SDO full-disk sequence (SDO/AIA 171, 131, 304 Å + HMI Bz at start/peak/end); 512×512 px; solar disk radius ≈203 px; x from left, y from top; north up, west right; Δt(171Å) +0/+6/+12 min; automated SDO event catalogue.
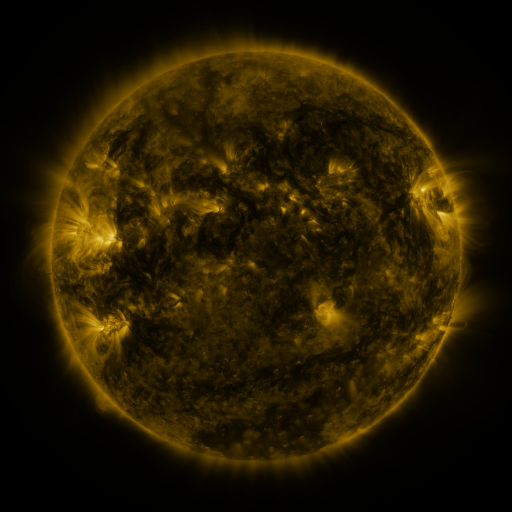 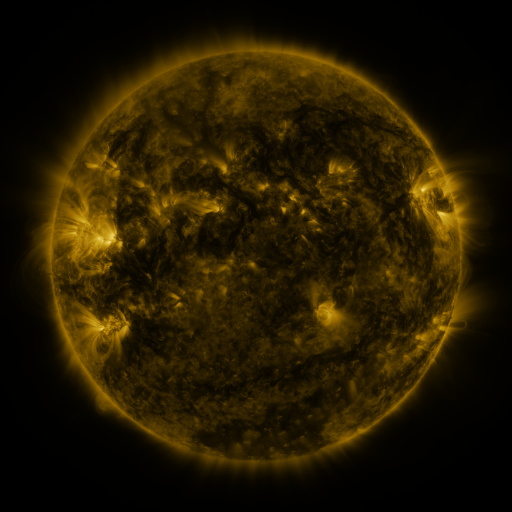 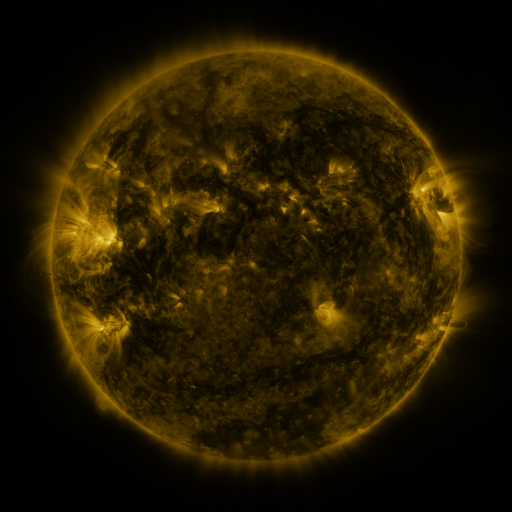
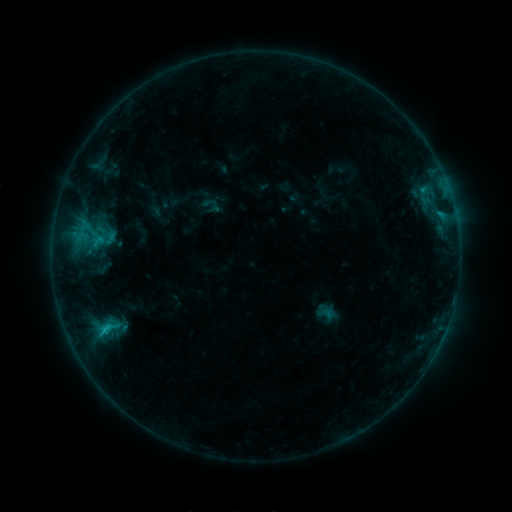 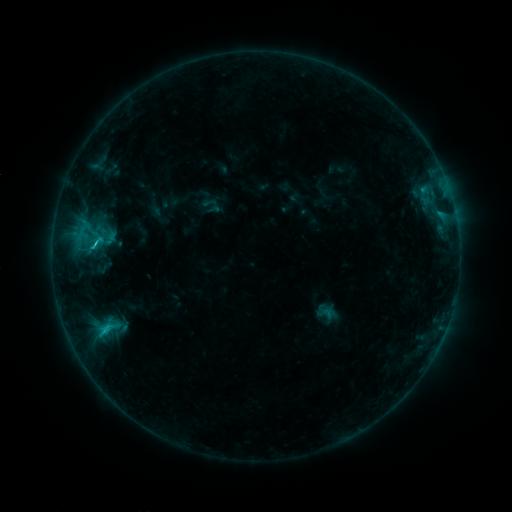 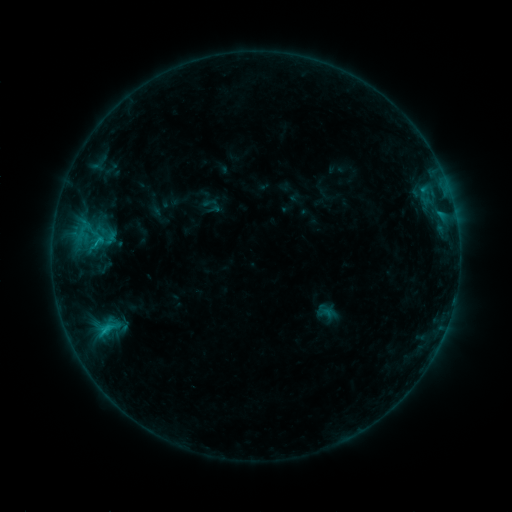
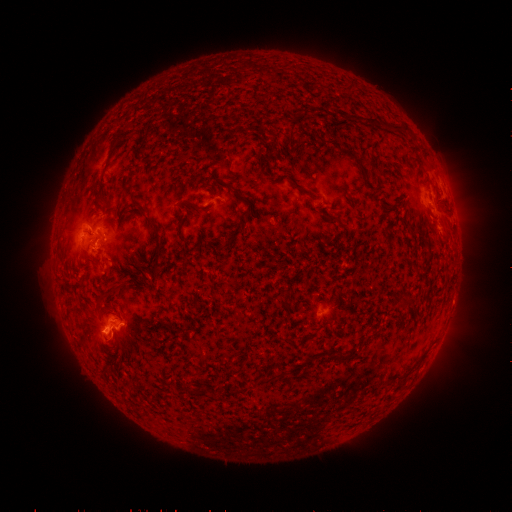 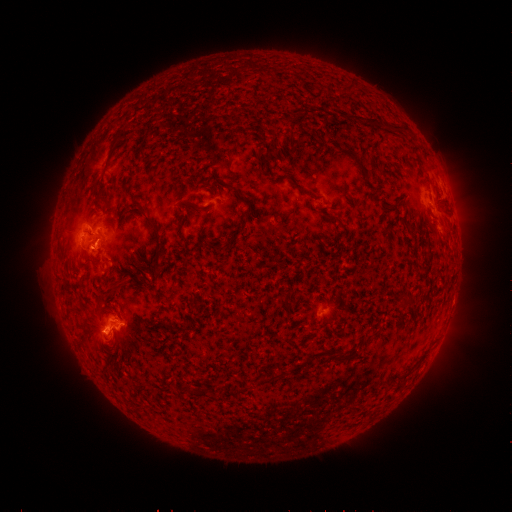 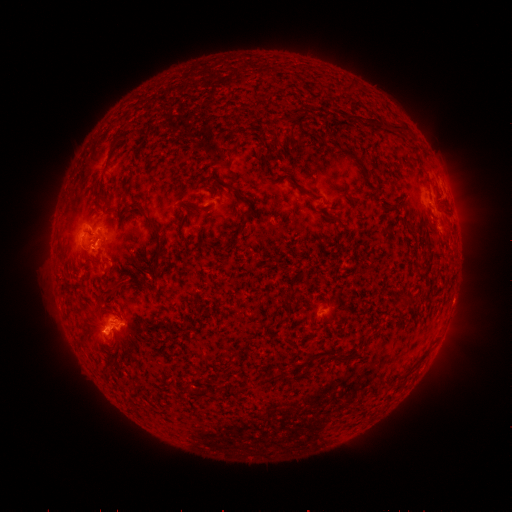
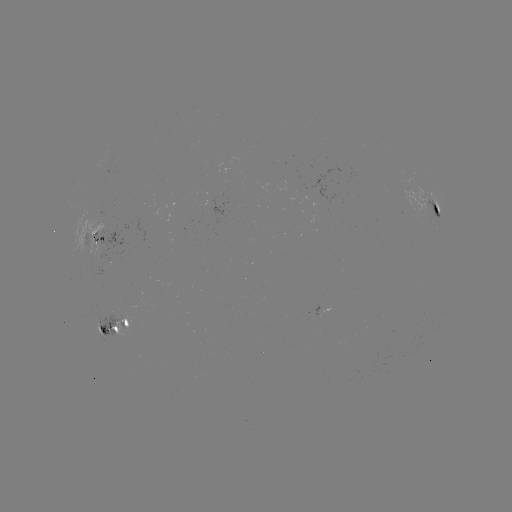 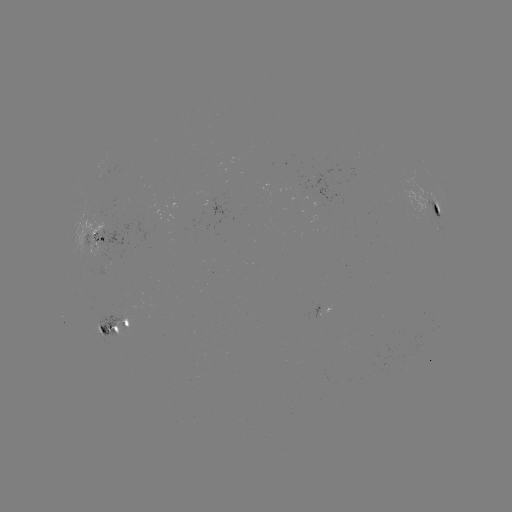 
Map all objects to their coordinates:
C1.7 flare: (97, 244)
